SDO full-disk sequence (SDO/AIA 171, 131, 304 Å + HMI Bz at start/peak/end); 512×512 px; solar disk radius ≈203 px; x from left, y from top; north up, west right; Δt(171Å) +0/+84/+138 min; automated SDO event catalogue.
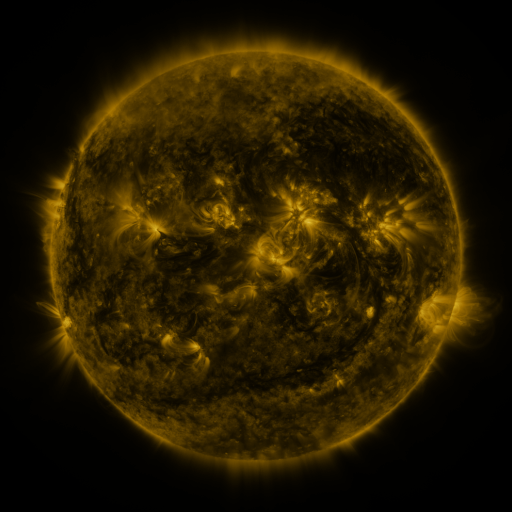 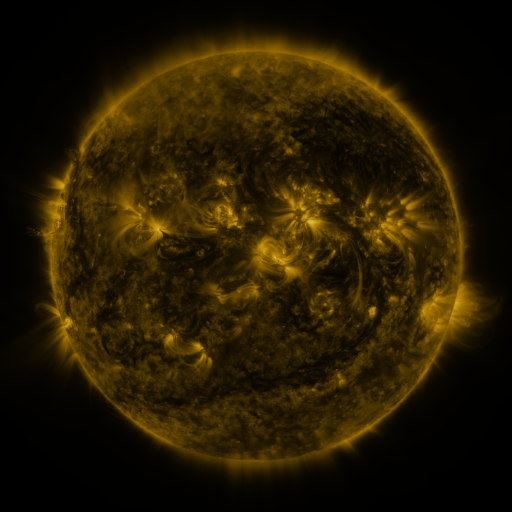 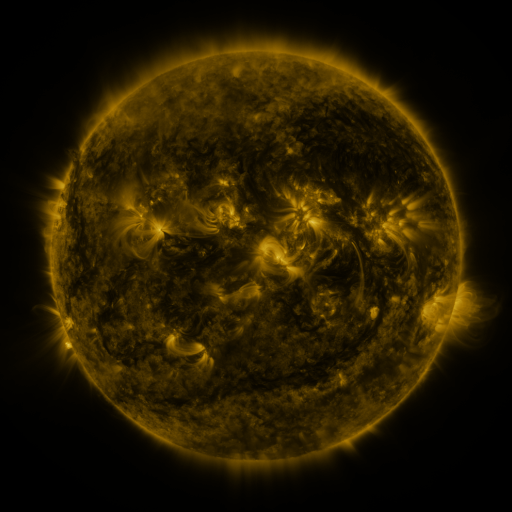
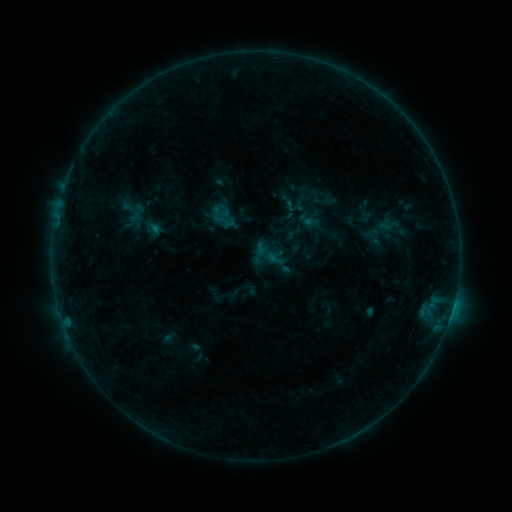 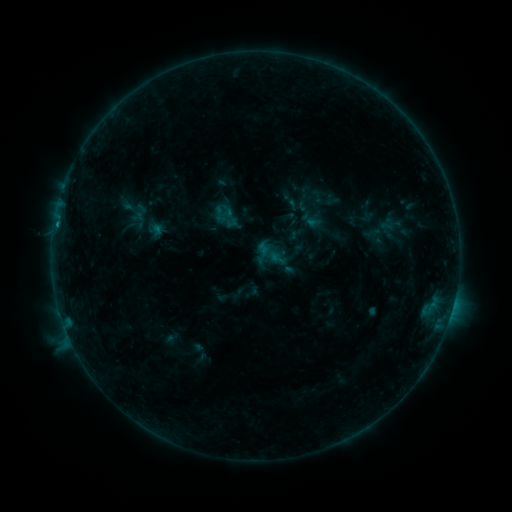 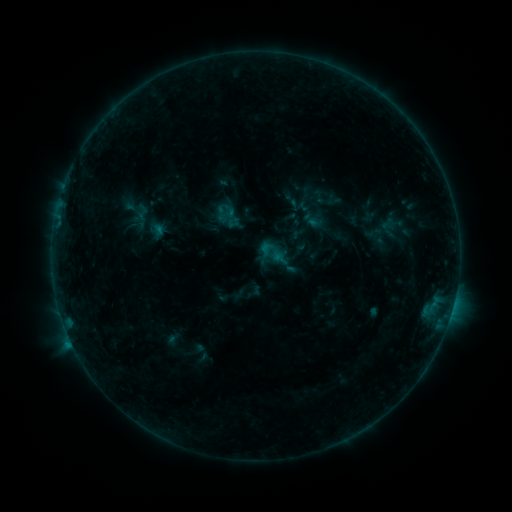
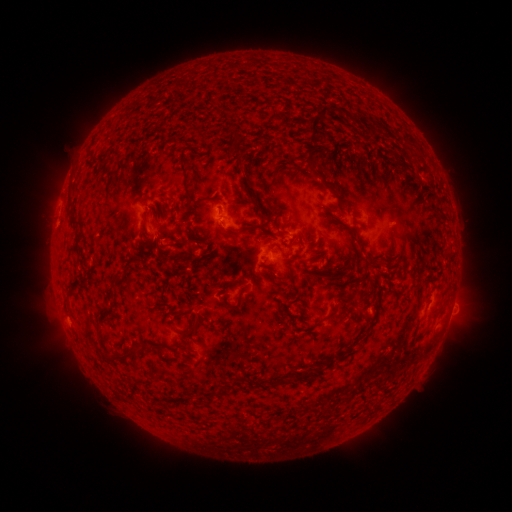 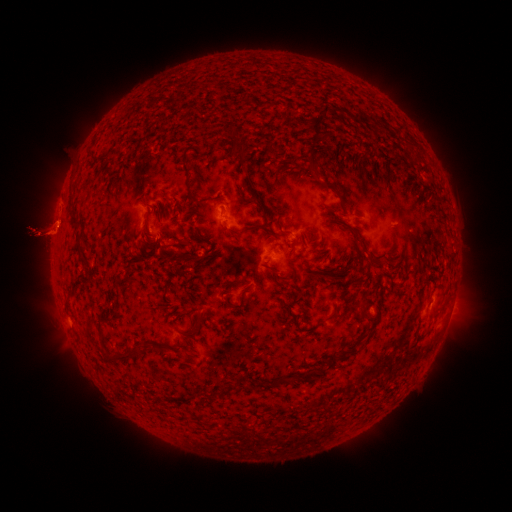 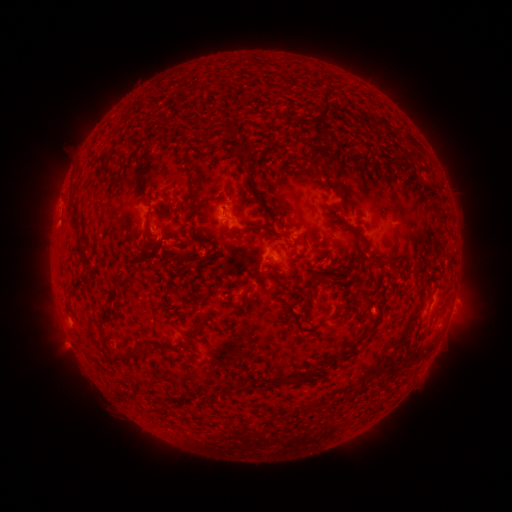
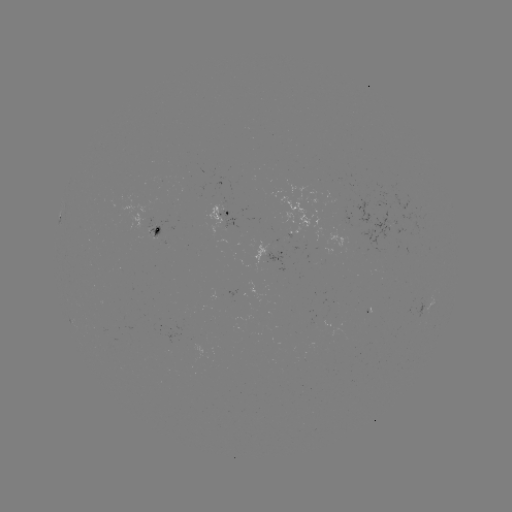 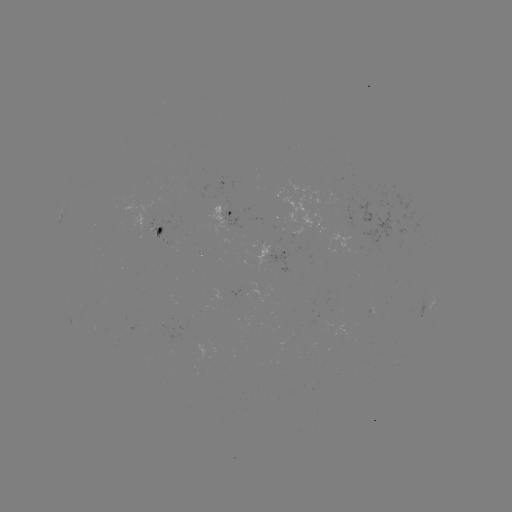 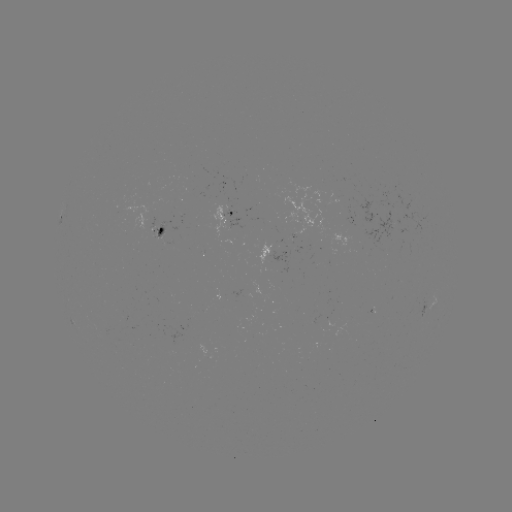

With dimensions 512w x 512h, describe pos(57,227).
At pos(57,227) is B7.9 flare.